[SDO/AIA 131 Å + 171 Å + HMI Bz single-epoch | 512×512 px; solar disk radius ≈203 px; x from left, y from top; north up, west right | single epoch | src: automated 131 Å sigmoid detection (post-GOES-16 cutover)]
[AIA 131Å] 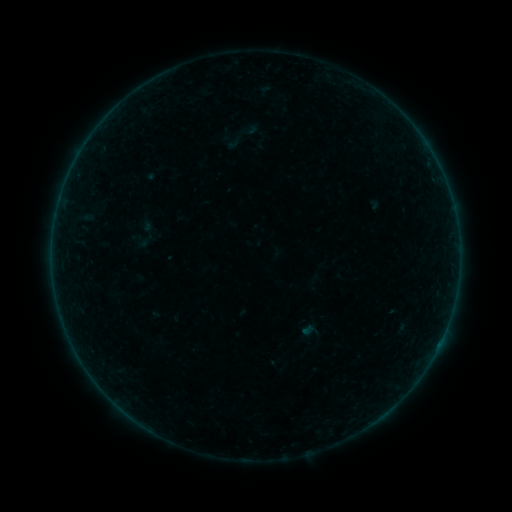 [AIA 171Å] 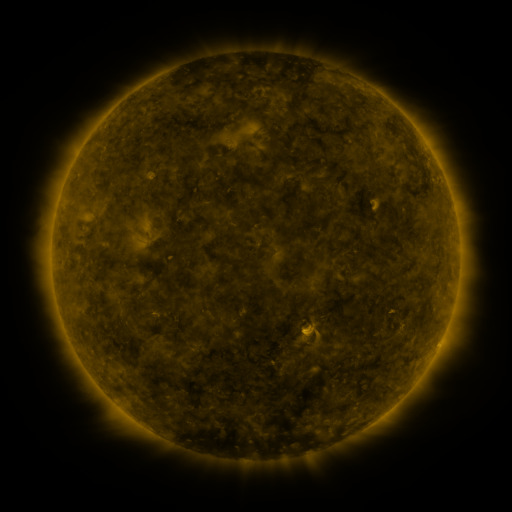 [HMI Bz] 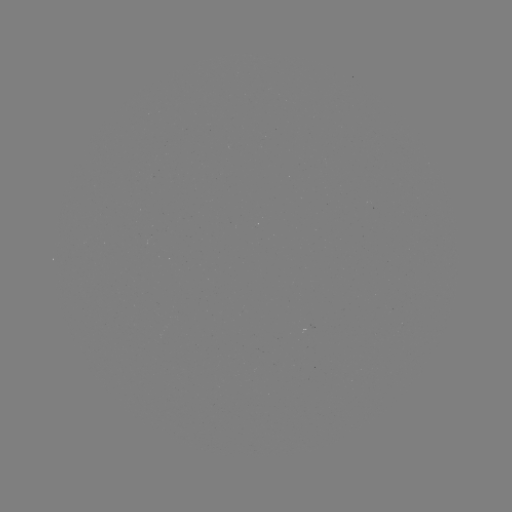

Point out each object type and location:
sigmoid: <bbox>224, 134, 241, 151</bbox>
sigmoid: <bbox>139, 224, 160, 245</bbox>
